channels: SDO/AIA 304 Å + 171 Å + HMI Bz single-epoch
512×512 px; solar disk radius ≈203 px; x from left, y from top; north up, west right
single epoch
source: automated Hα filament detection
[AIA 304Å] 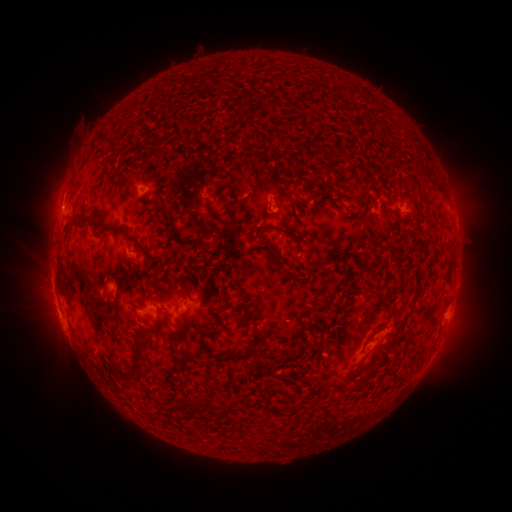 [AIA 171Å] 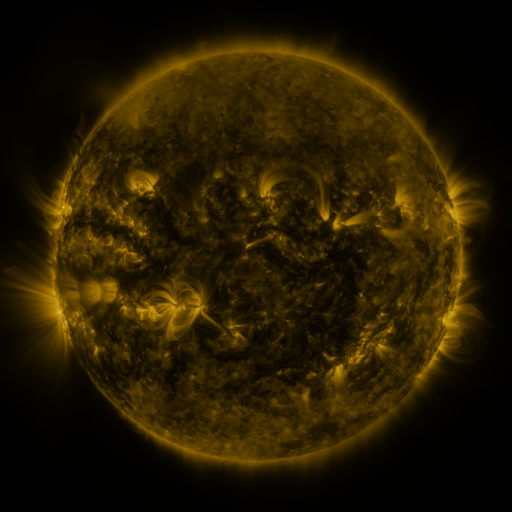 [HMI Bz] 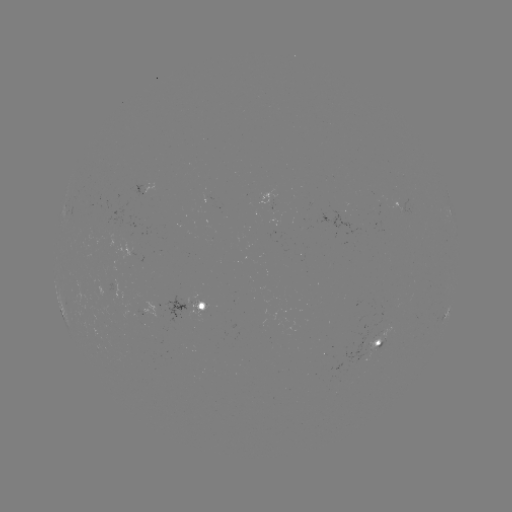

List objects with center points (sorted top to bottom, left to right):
filament: (99, 138, 111, 146)
filament: (162, 138, 178, 149)
filament: (135, 152, 148, 168)
filament: (427, 176, 442, 192)
filament: (226, 185, 236, 200)
filament: (205, 202, 239, 219)
filament: (313, 203, 322, 211)
filament: (159, 211, 169, 222)
filament: (71, 216, 94, 226)
filament: (111, 229, 164, 267)
filament: (289, 232, 298, 240)
filament: (264, 248, 280, 257)
filament: (316, 253, 341, 267)
filament: (442, 256, 454, 284)
filament: (146, 277, 157, 289)
filament: (413, 279, 422, 299)
filament: (206, 299, 230, 319)
filament: (202, 326, 226, 336)
filament: (131, 328, 159, 378)
filament: (230, 333, 266, 360)
filament: (388, 333, 400, 343)
filament: (199, 342, 218, 360)
filament: (265, 380, 274, 390)
filament: (199, 394, 208, 405)
filament: (192, 399, 201, 411)
